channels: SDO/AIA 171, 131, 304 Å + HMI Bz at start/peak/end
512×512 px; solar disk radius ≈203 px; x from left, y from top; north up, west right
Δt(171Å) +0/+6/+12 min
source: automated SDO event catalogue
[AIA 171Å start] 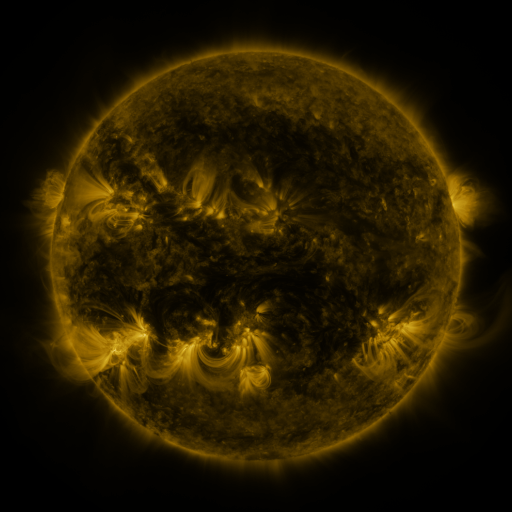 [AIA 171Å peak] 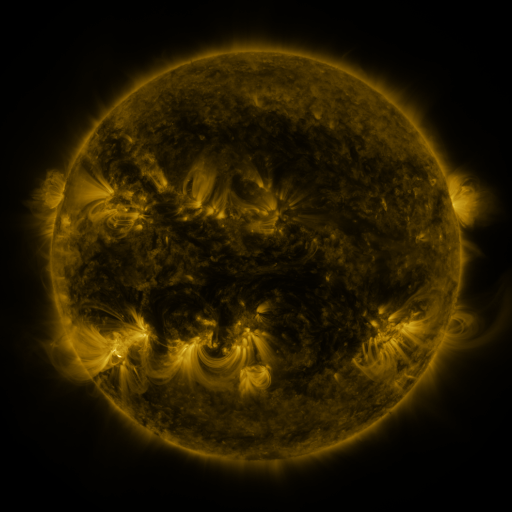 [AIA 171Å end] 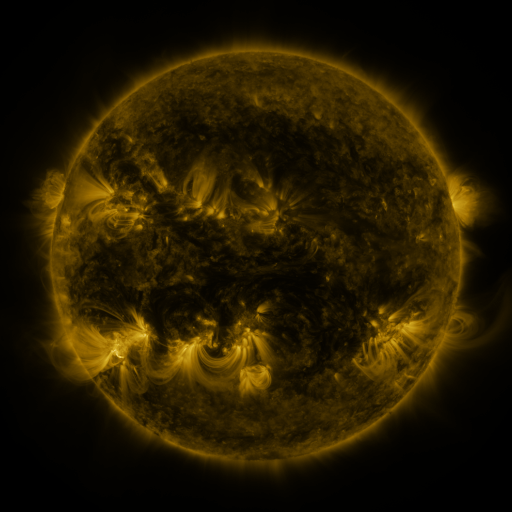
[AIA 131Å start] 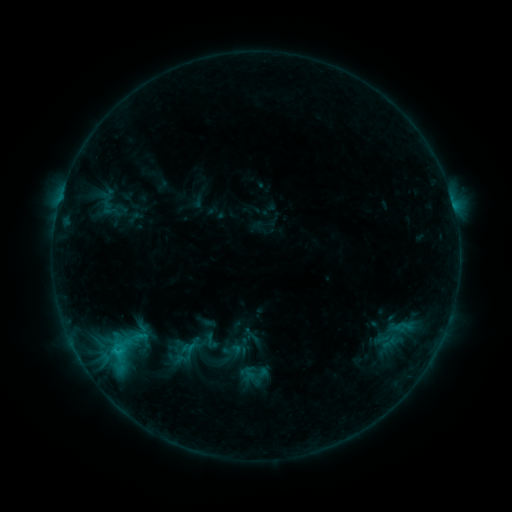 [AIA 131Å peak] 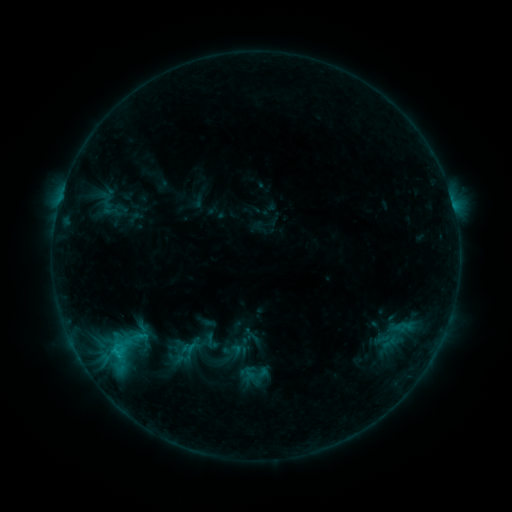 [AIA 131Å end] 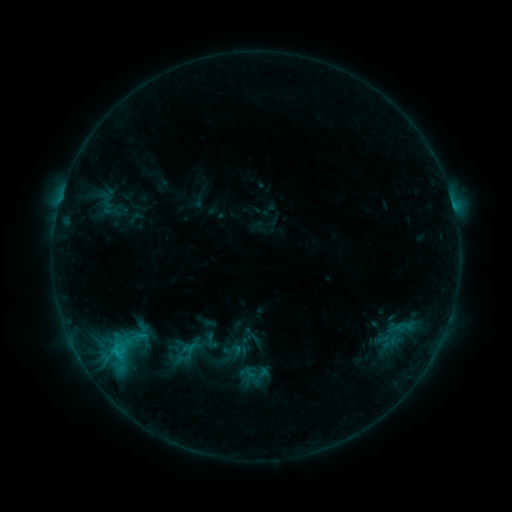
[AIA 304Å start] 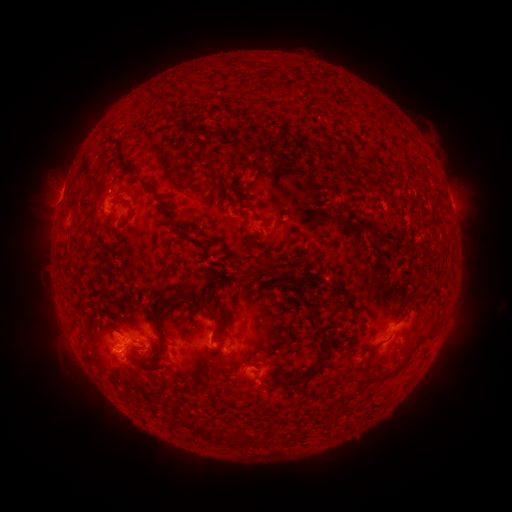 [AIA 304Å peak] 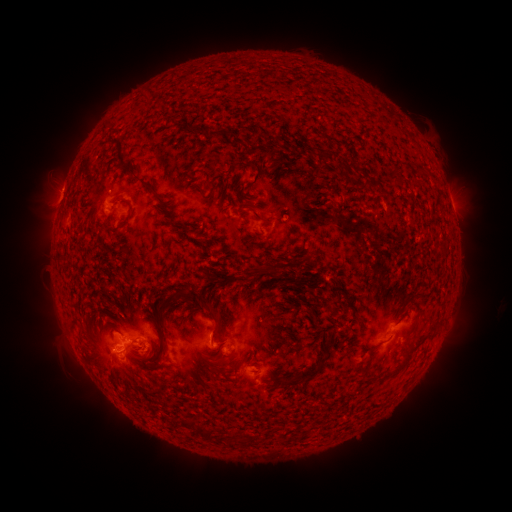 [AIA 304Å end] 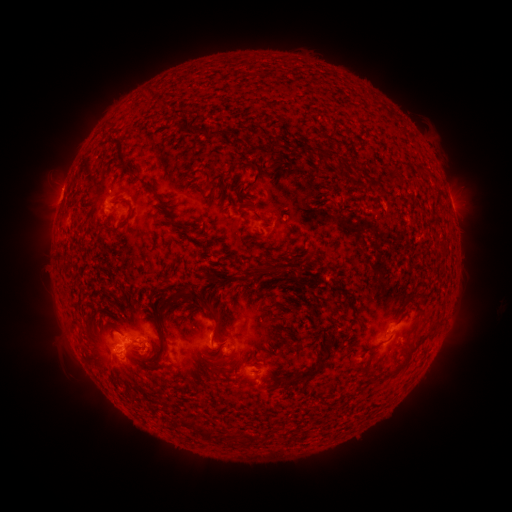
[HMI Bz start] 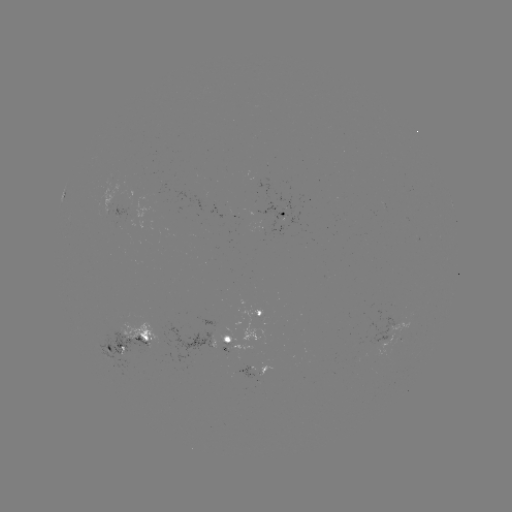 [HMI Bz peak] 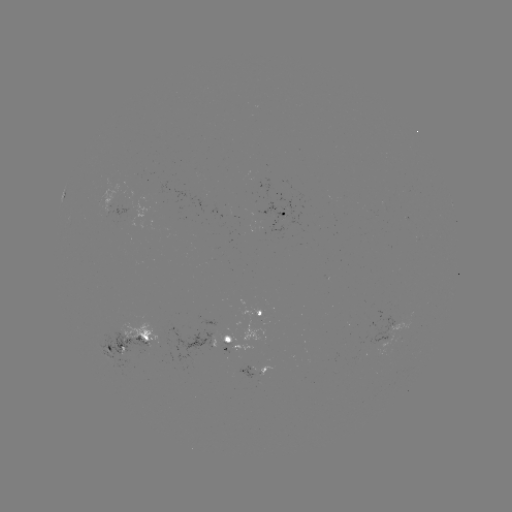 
no catalogued flare and no flagged EUV brightening in this window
